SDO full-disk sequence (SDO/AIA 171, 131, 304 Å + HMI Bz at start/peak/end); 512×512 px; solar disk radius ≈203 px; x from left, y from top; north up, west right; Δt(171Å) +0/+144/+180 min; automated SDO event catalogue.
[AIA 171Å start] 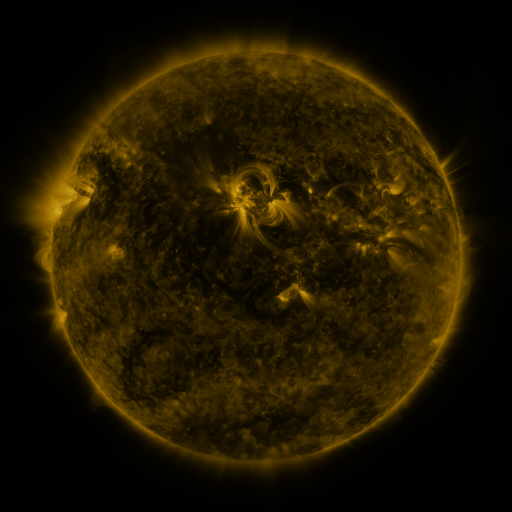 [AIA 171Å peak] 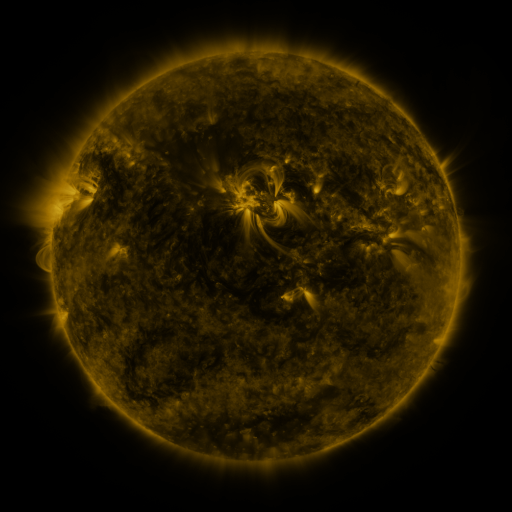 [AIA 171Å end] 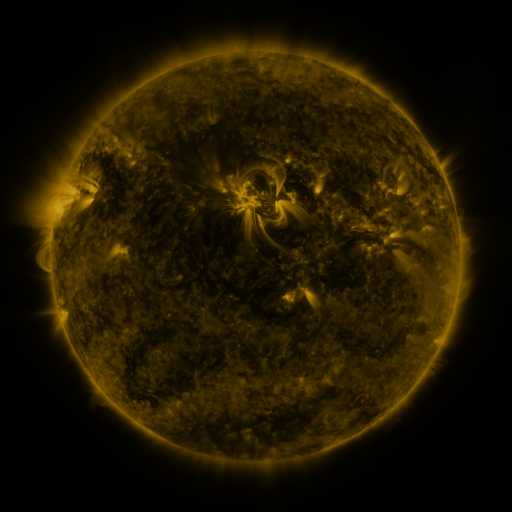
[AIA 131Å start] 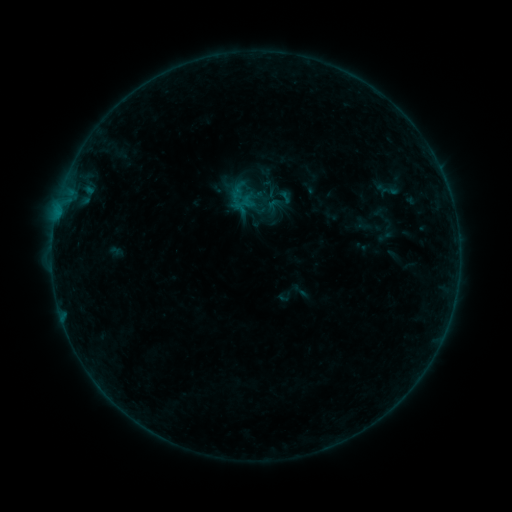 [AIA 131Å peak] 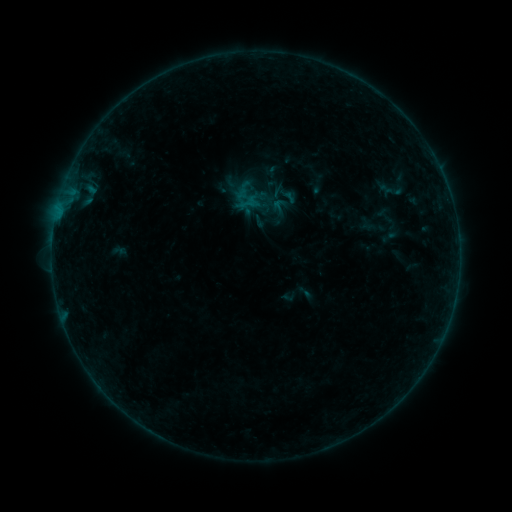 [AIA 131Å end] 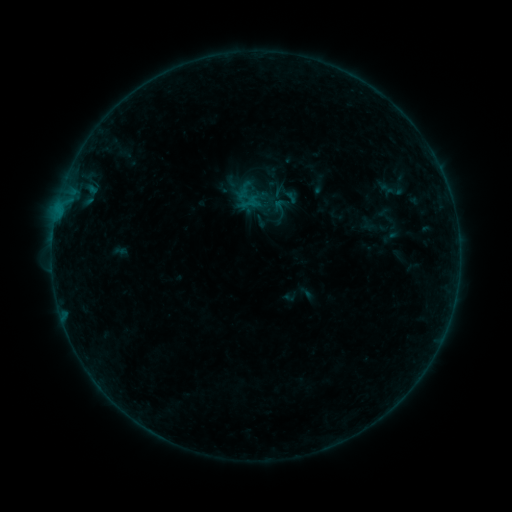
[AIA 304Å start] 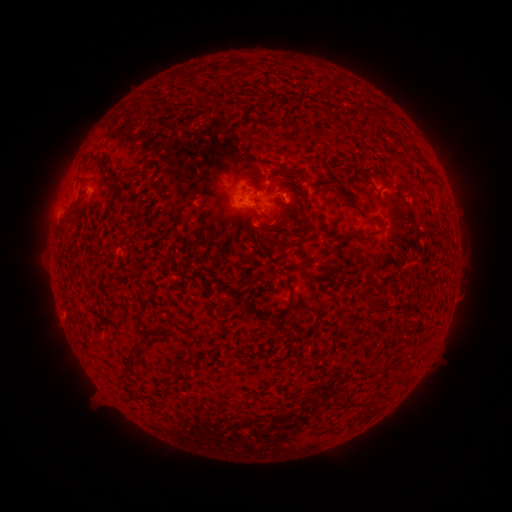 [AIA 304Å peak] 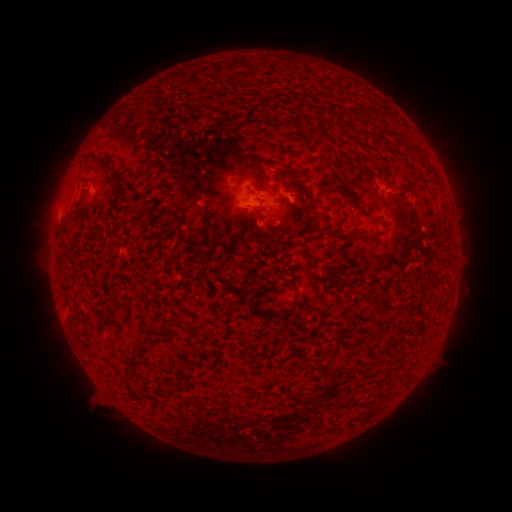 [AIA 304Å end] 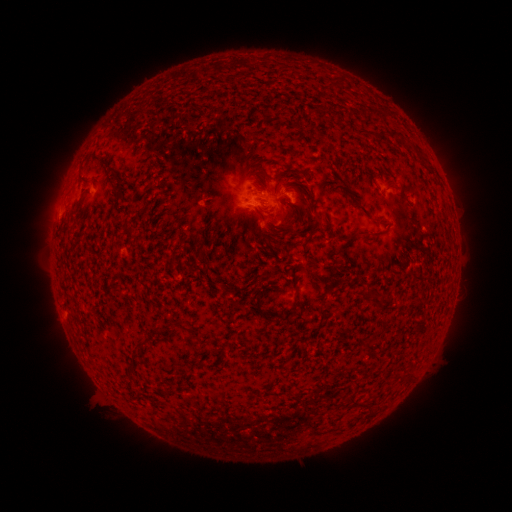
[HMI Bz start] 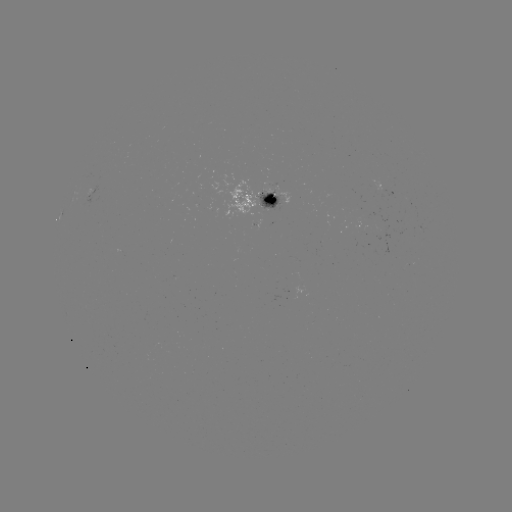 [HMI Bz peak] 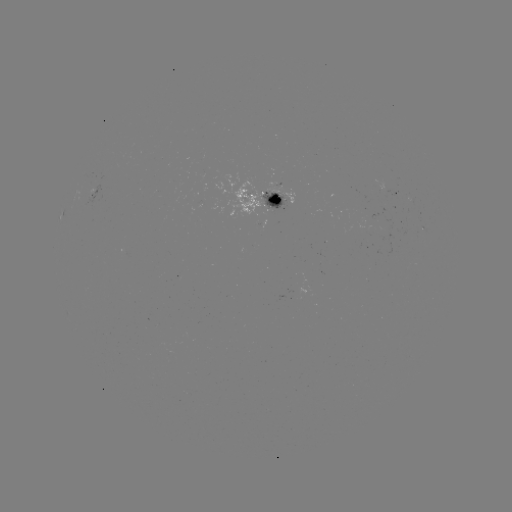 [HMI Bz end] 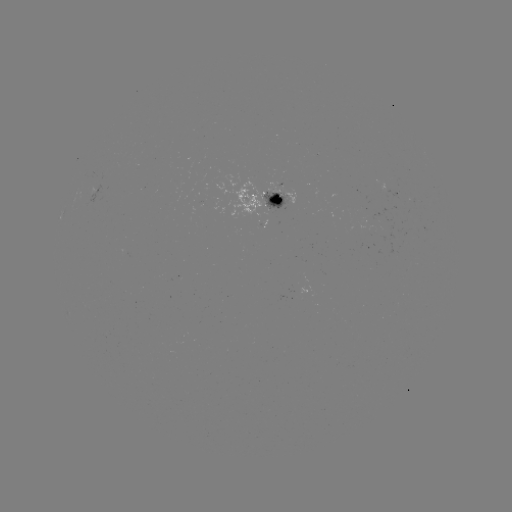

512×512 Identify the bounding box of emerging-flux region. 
[260, 189, 288, 210].